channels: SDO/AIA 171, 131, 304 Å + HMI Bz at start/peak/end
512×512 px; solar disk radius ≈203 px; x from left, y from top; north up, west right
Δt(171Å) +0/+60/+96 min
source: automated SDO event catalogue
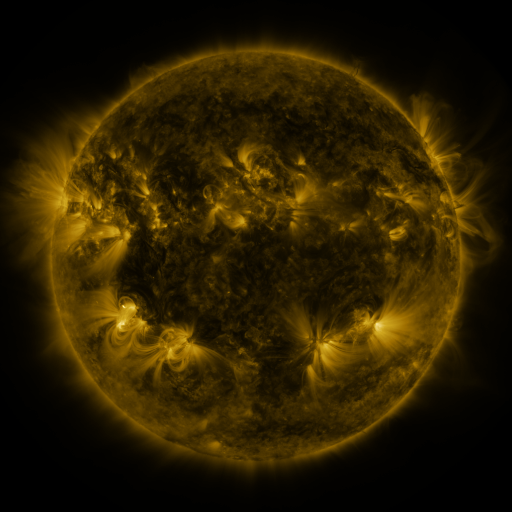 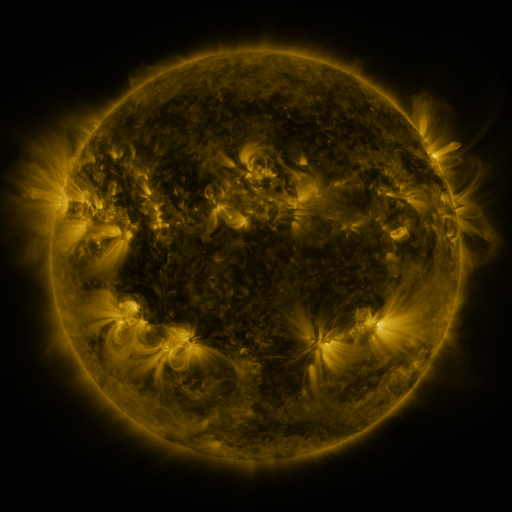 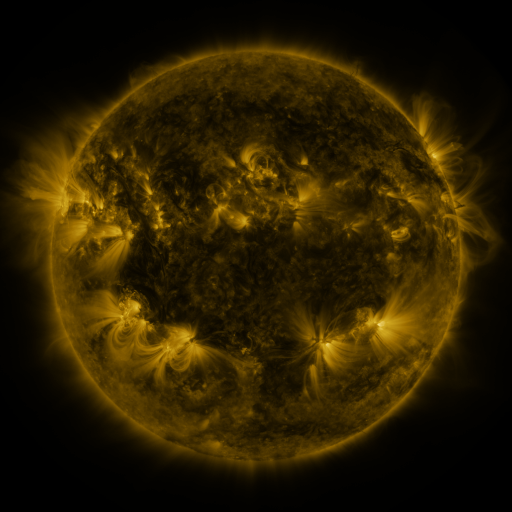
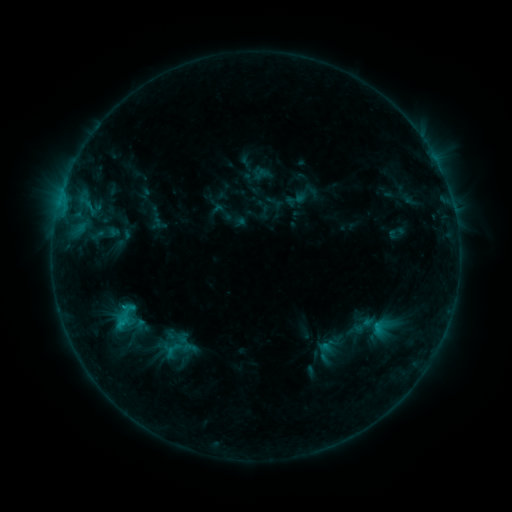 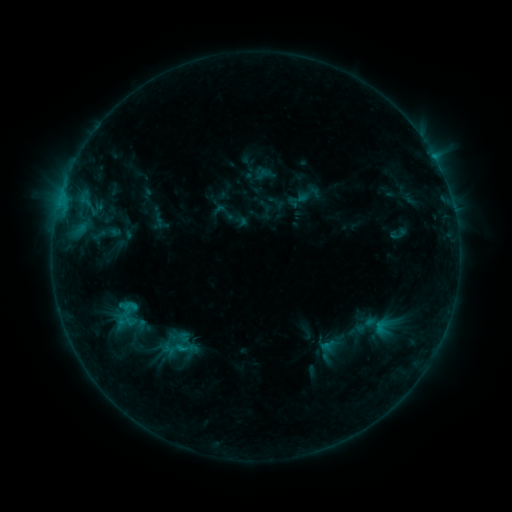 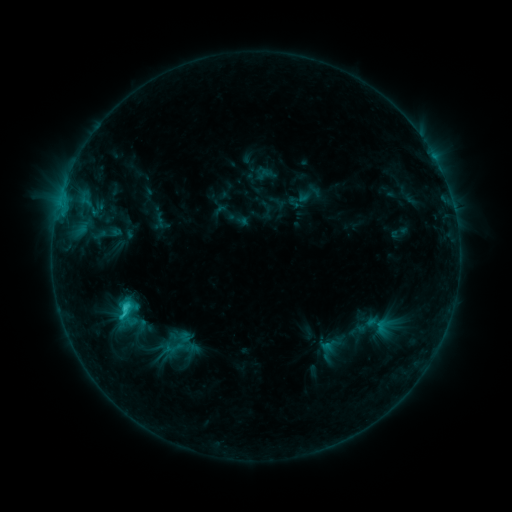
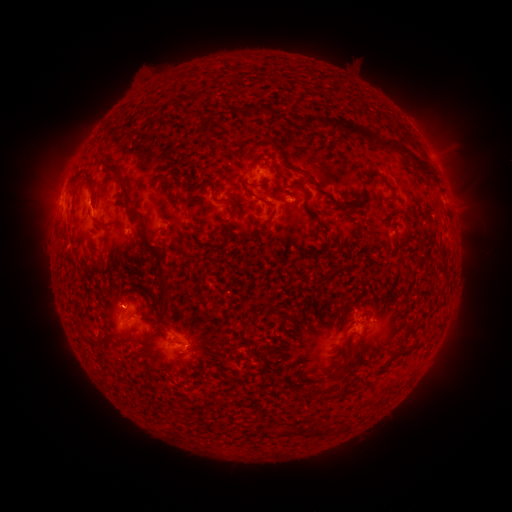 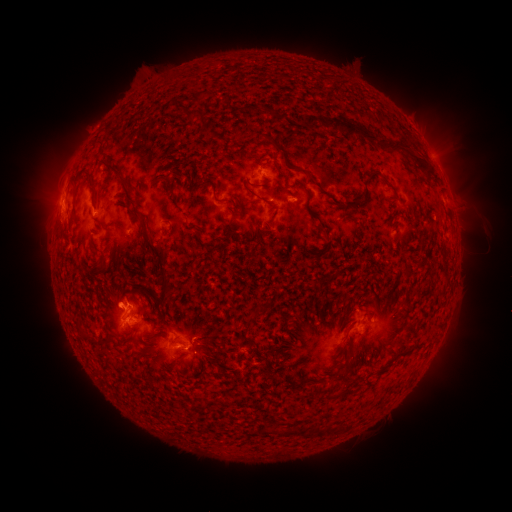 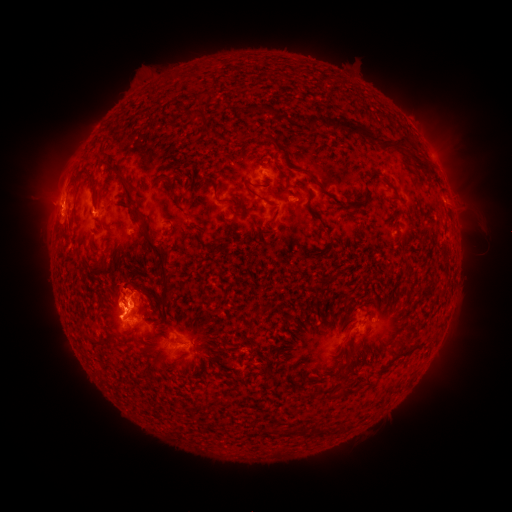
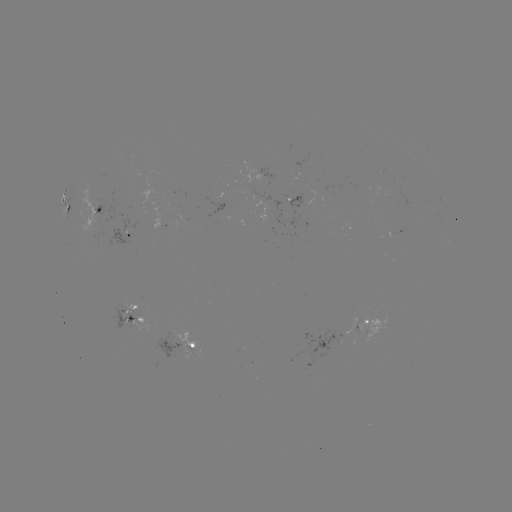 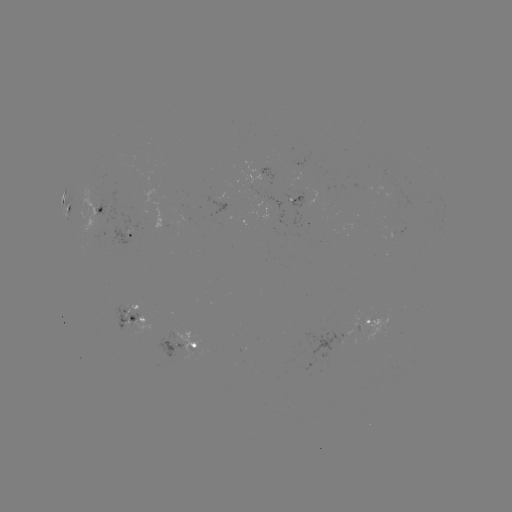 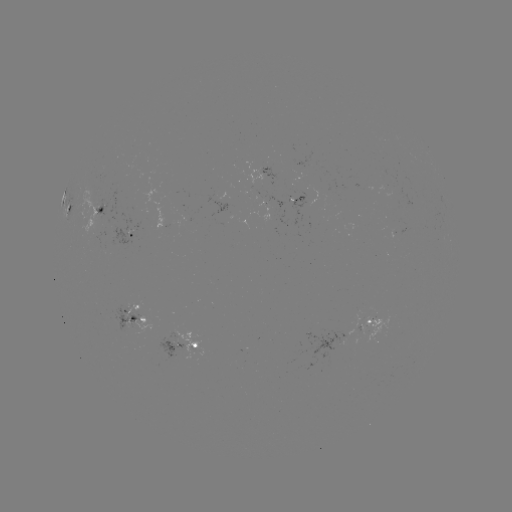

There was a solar emerging-flux region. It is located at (222, 223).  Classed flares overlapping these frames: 1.